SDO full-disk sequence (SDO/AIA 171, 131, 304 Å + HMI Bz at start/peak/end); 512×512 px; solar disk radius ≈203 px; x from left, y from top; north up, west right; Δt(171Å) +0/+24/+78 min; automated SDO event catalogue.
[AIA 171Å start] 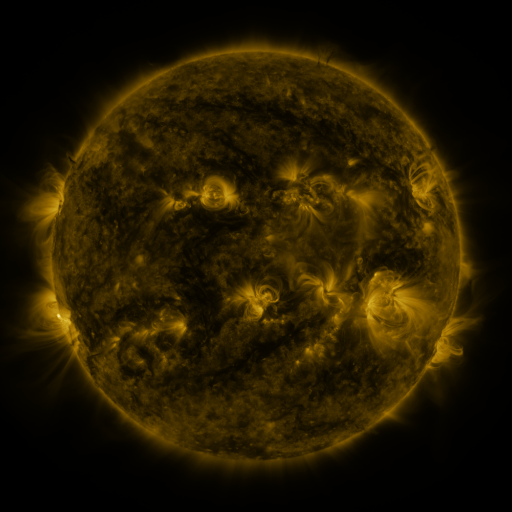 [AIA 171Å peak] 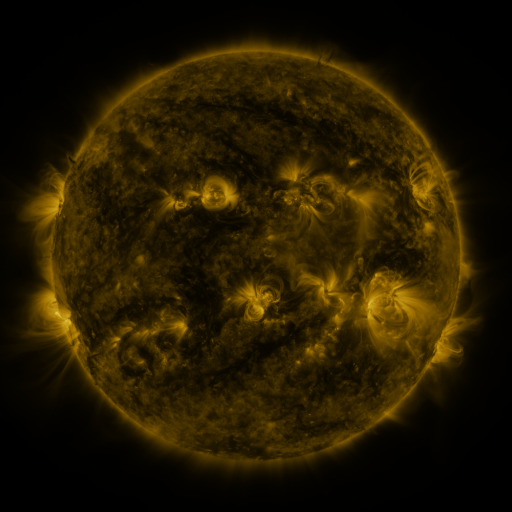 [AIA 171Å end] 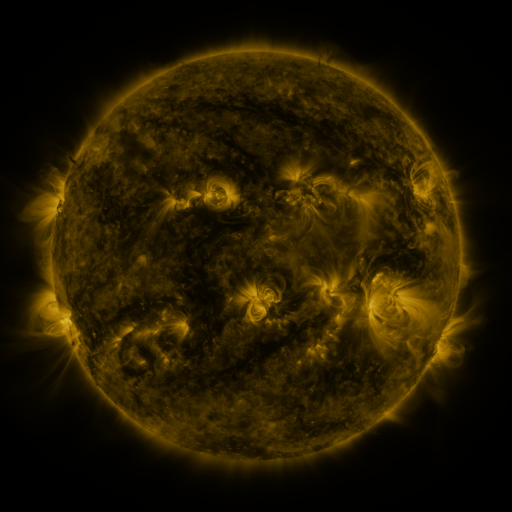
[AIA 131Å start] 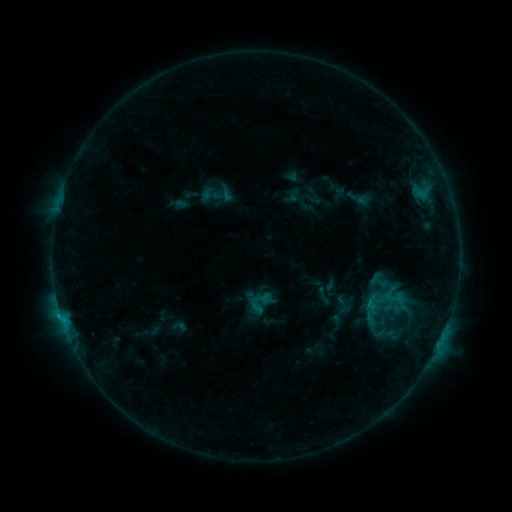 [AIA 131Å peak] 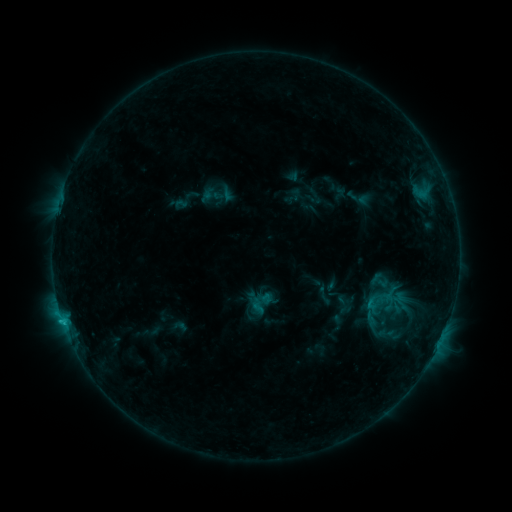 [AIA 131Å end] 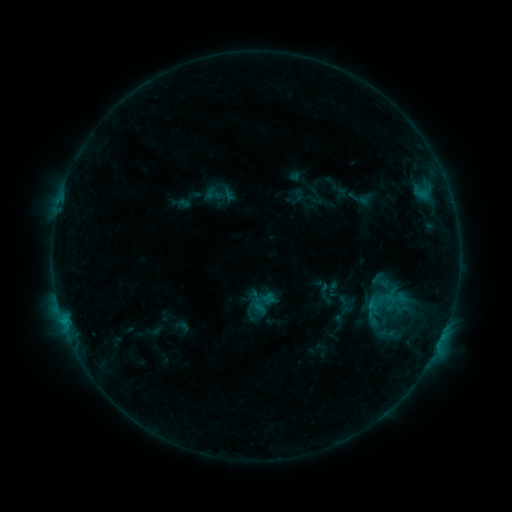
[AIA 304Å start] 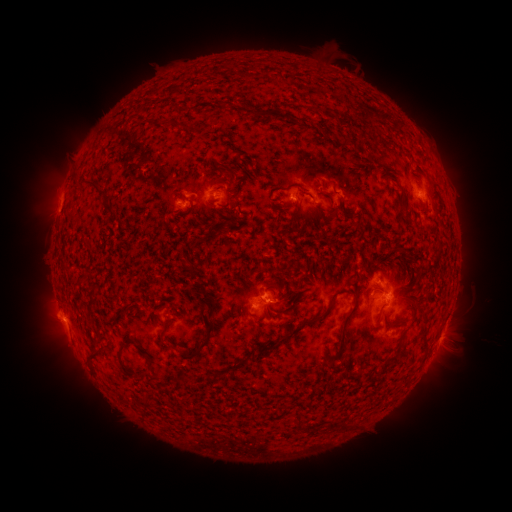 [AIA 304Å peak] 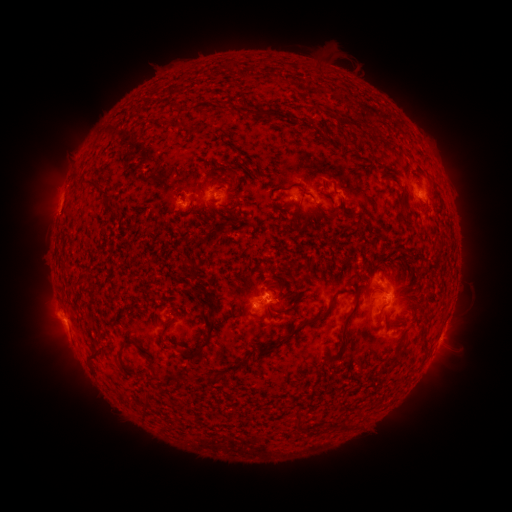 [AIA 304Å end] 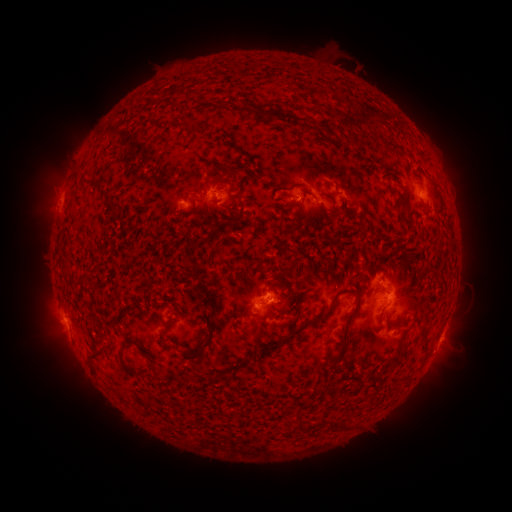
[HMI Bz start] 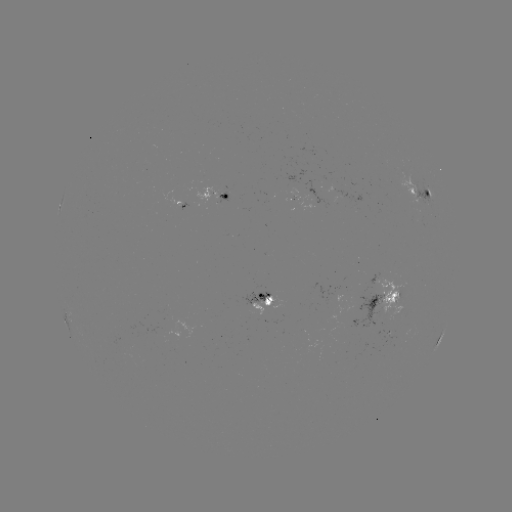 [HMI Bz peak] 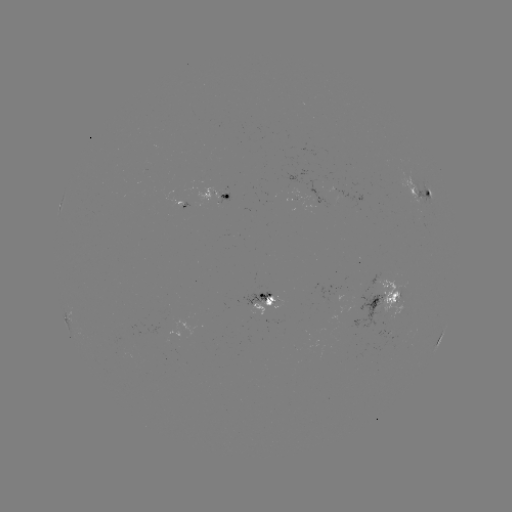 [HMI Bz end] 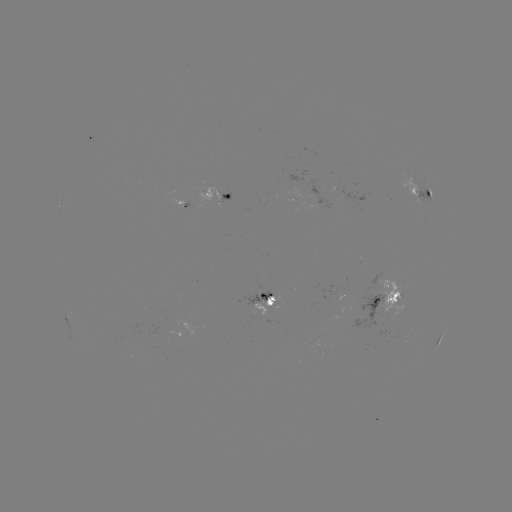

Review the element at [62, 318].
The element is B8.4 flare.